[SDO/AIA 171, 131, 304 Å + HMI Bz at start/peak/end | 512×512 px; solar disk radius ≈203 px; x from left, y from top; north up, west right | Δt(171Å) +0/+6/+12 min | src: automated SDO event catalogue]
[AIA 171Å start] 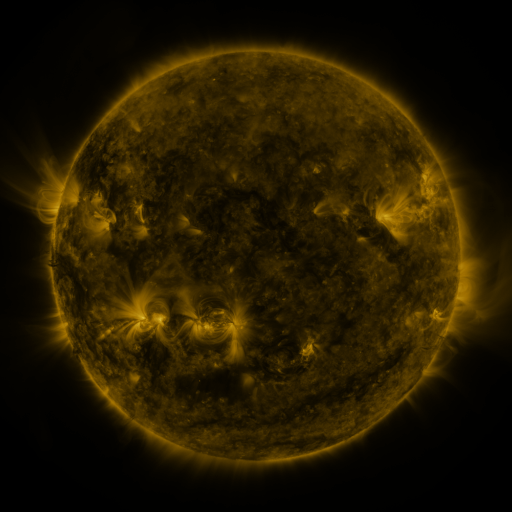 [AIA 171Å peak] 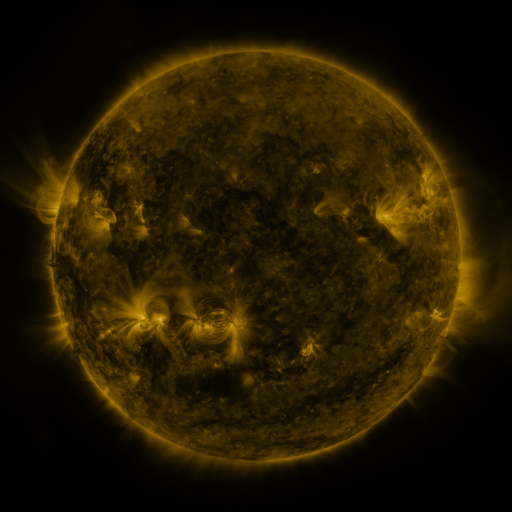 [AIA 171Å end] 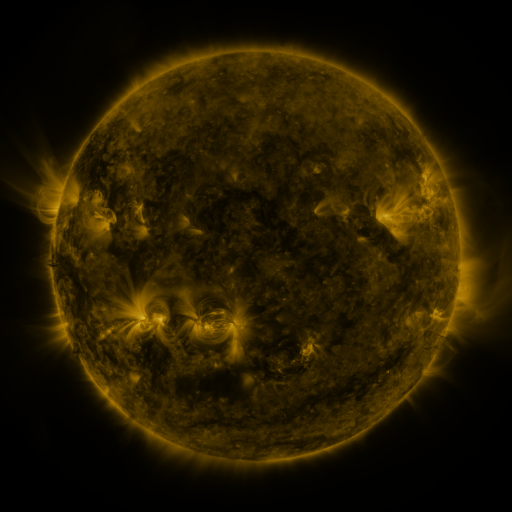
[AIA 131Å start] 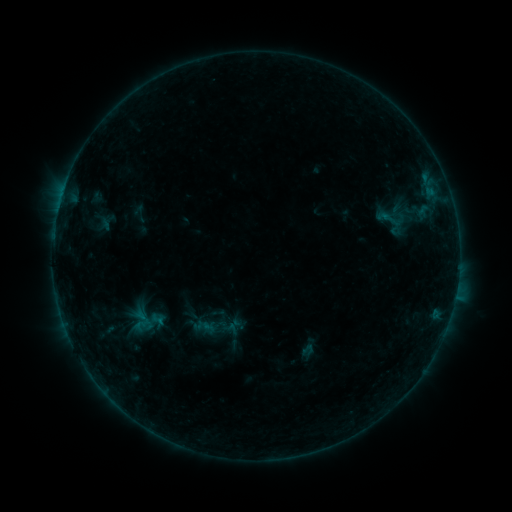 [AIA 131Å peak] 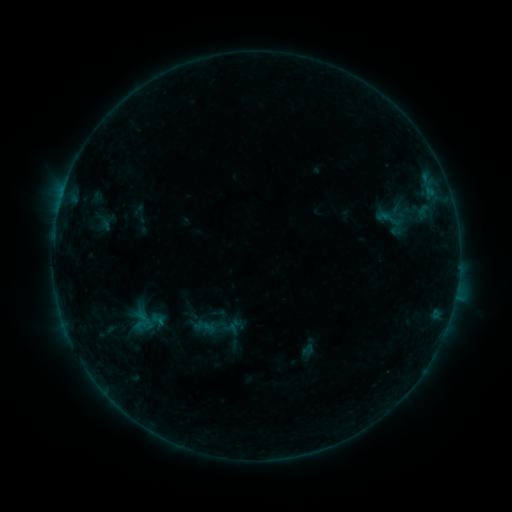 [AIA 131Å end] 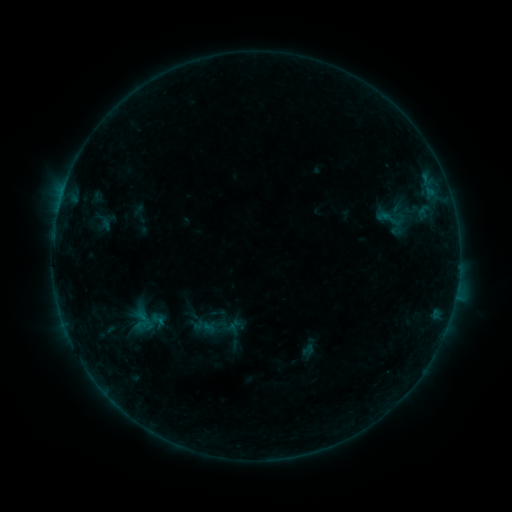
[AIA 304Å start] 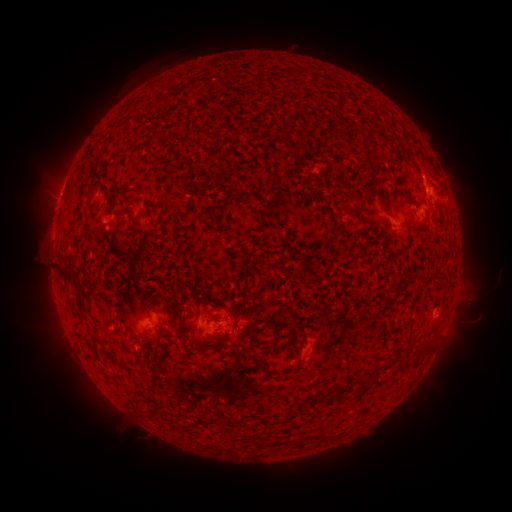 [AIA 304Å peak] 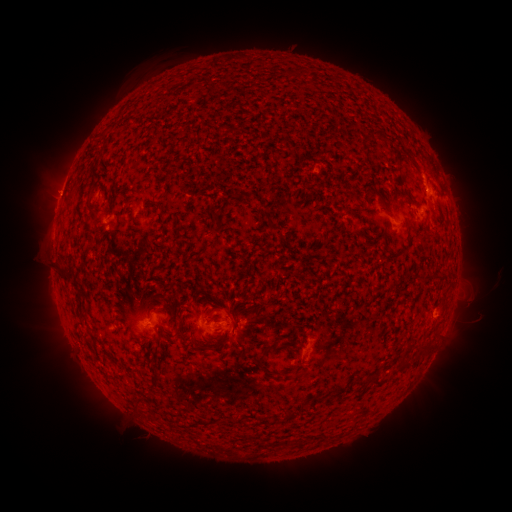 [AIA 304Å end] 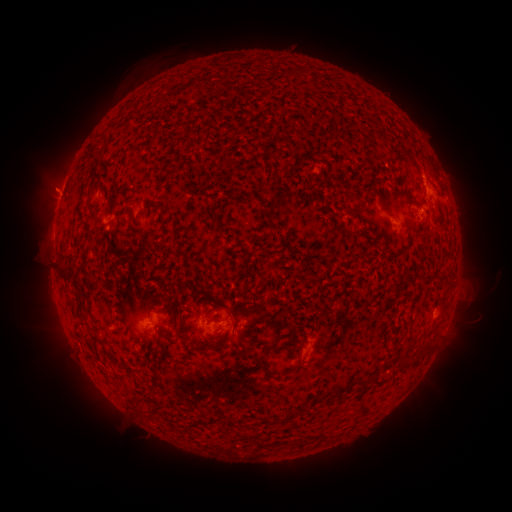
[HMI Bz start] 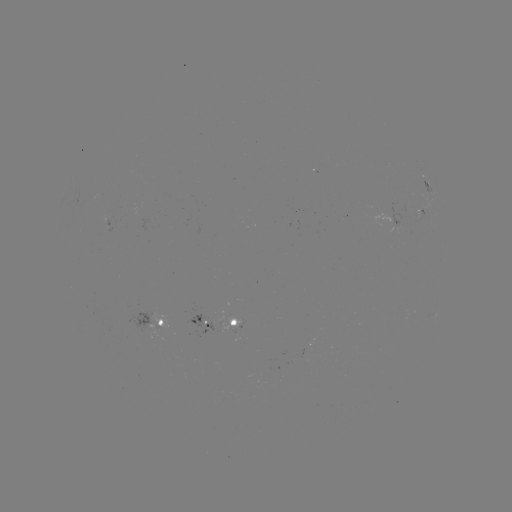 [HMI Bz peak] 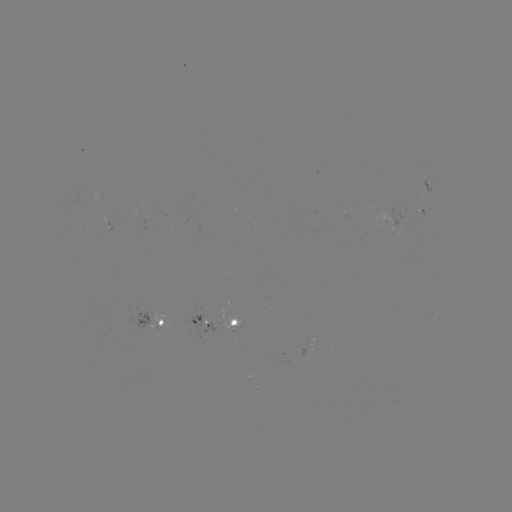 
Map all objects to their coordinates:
eruption: (52, 190)
